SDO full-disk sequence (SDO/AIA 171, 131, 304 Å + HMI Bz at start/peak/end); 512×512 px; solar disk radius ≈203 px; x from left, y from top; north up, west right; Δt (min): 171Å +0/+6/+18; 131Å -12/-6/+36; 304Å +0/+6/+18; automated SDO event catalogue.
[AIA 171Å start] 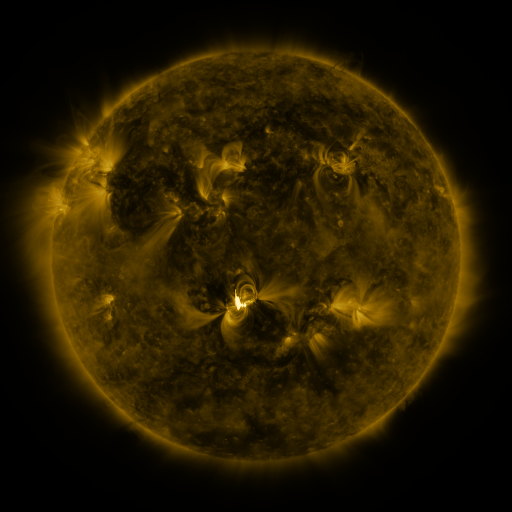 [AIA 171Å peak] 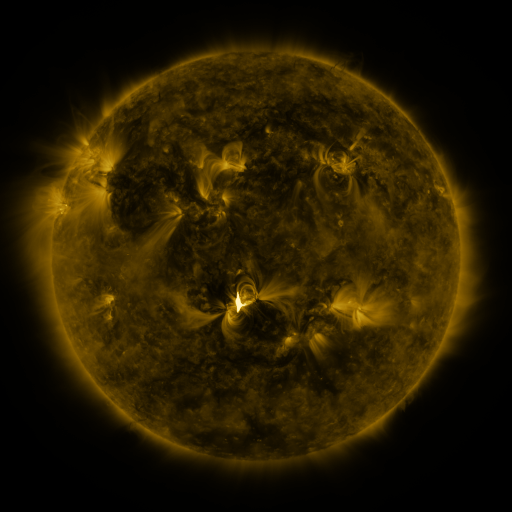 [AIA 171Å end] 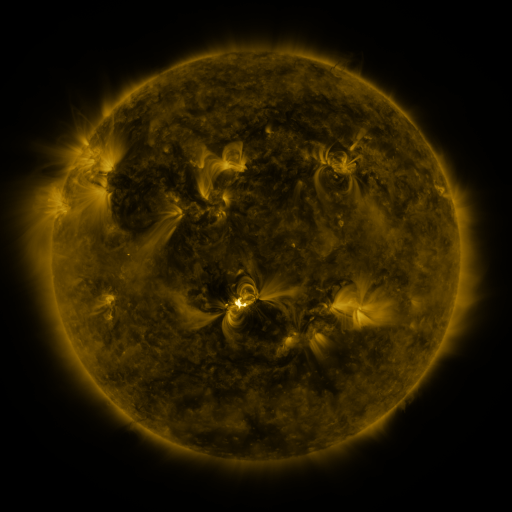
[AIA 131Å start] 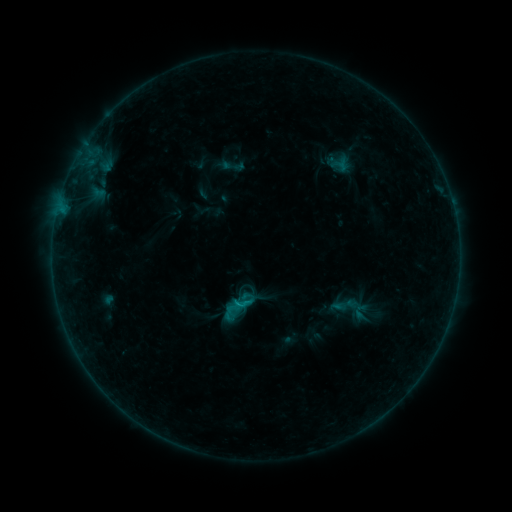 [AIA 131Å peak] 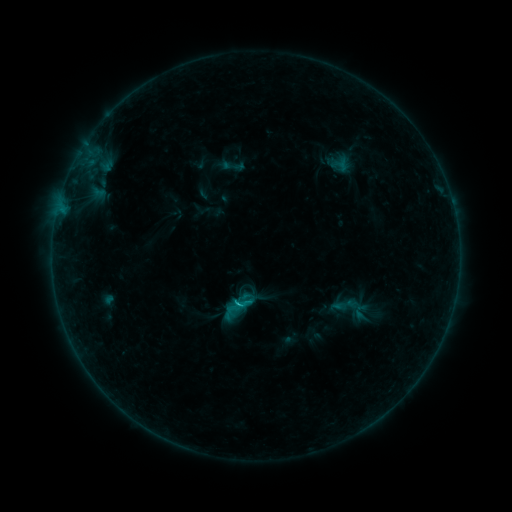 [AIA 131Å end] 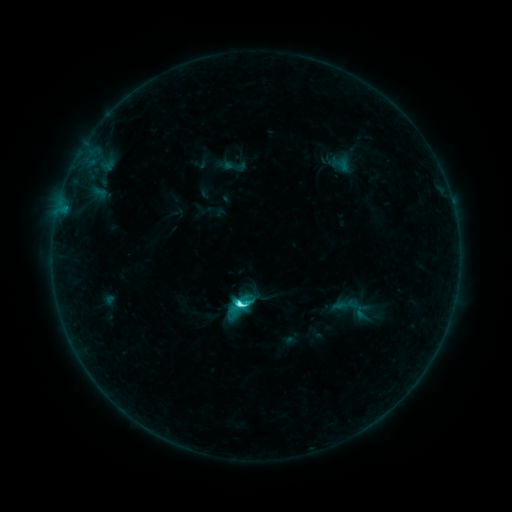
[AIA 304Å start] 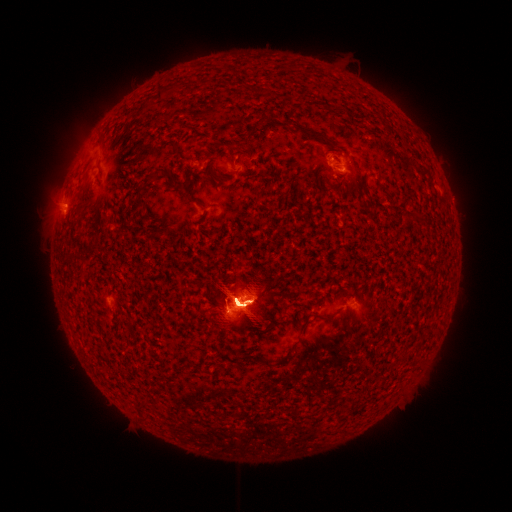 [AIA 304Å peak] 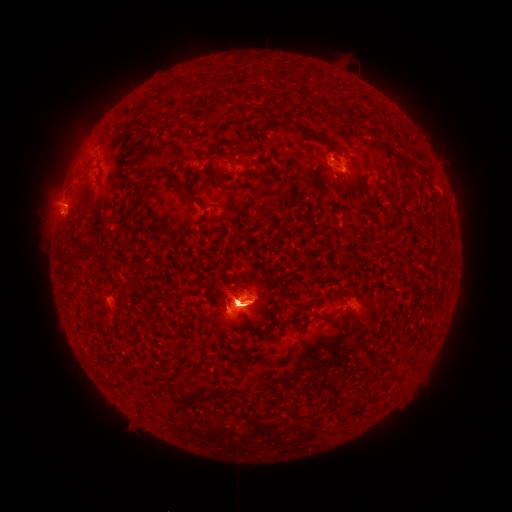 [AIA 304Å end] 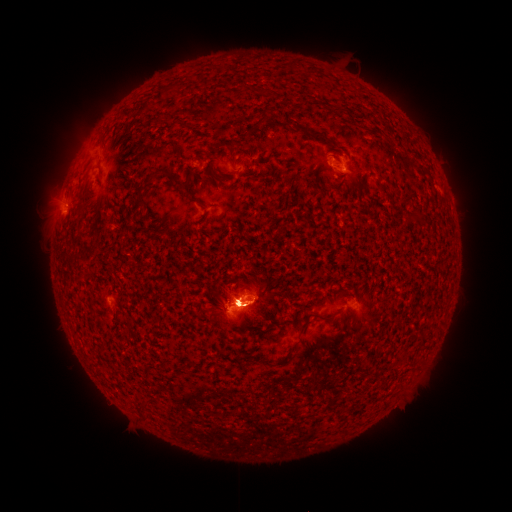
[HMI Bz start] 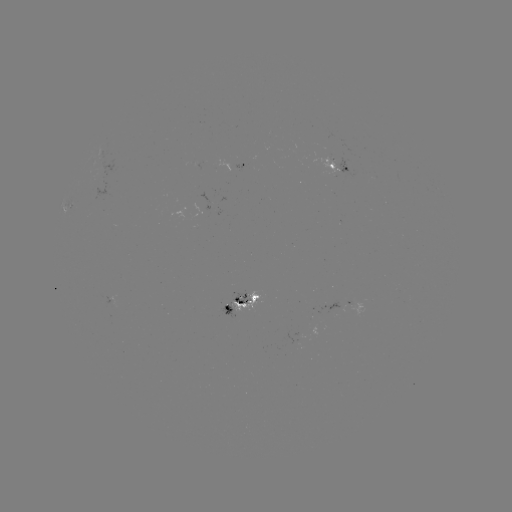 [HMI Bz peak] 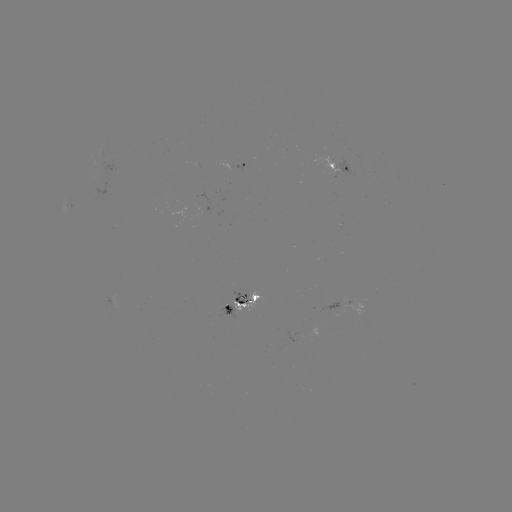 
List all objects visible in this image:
eruption: (238, 147)
